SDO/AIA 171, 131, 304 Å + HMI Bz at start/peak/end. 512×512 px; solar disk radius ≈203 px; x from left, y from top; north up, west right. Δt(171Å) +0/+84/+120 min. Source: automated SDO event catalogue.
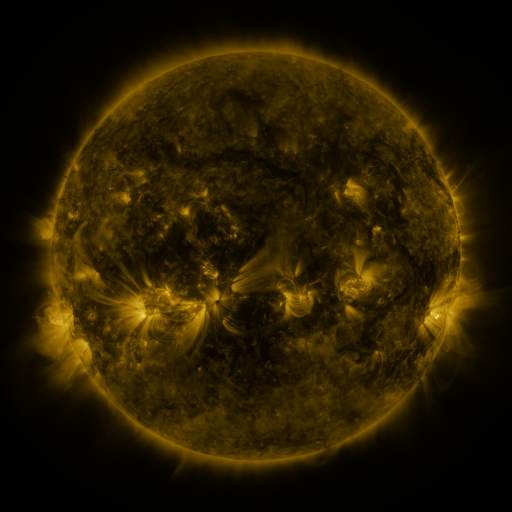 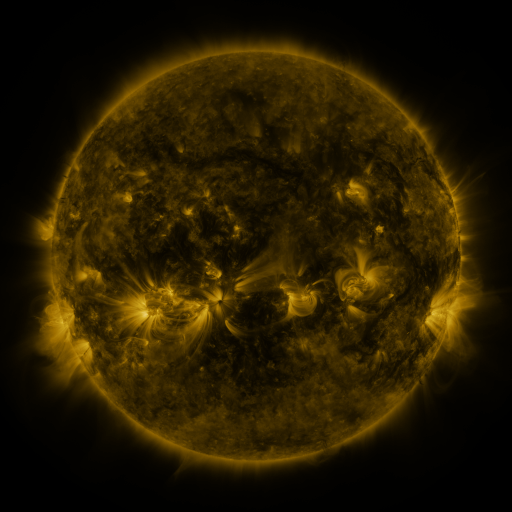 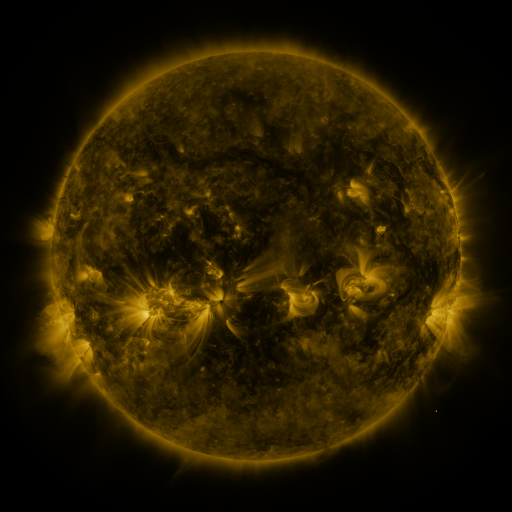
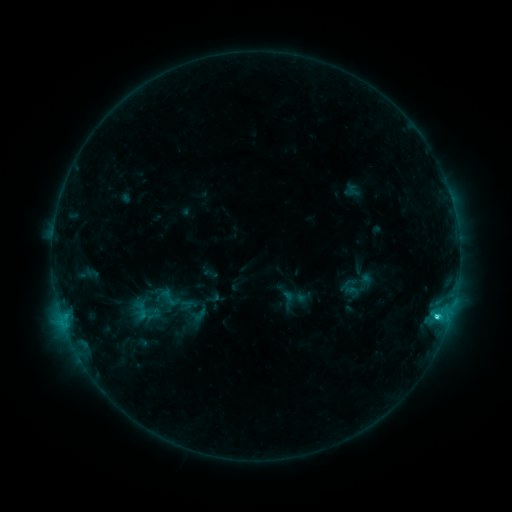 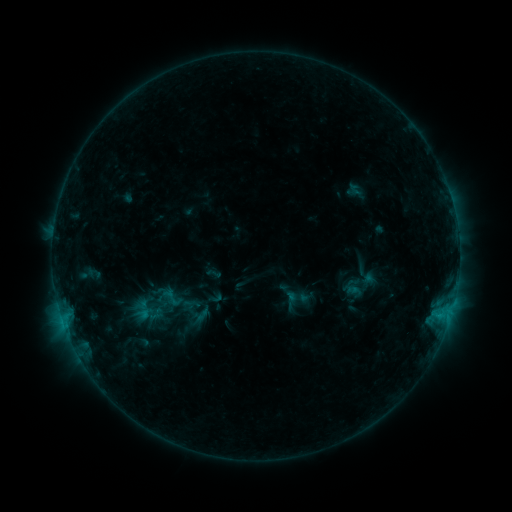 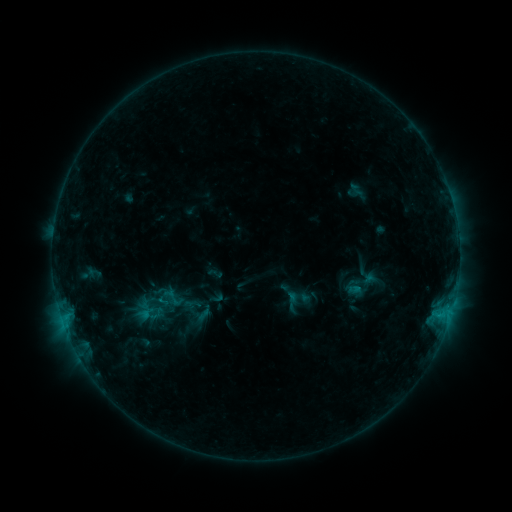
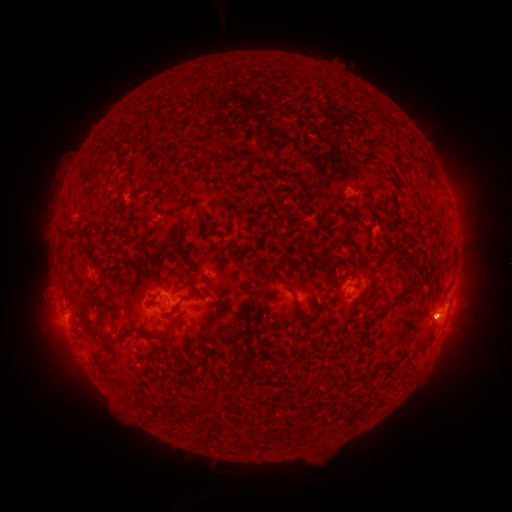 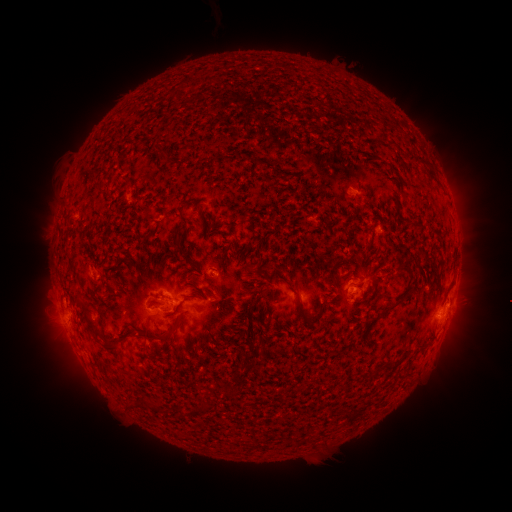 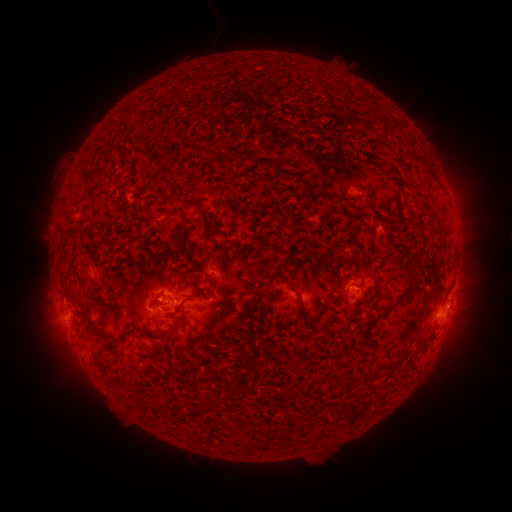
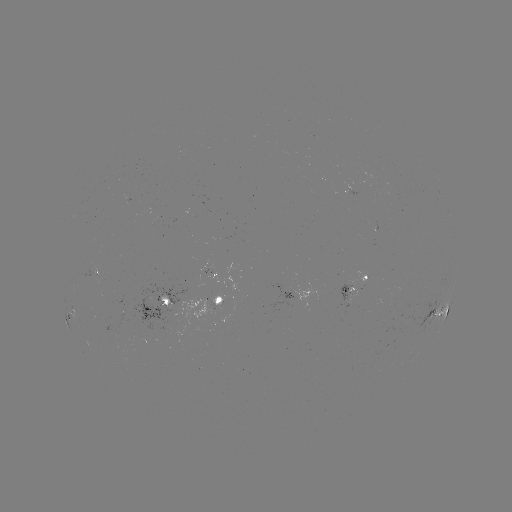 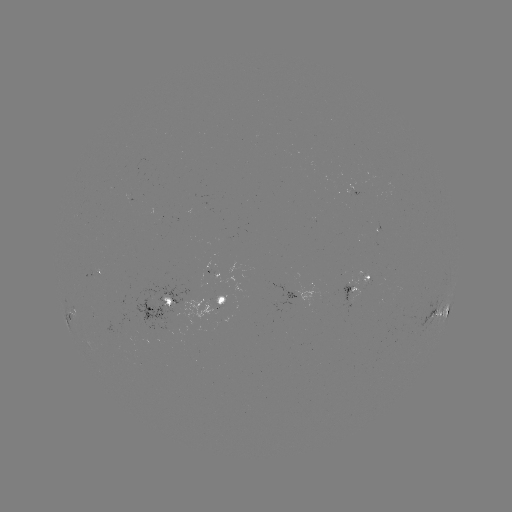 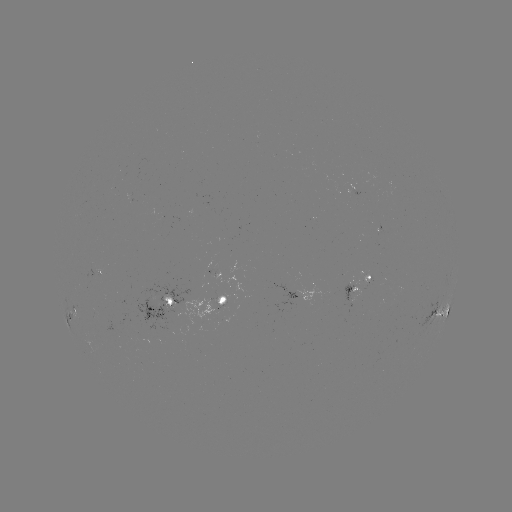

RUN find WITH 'emerging-flux region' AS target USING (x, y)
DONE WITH (352, 293) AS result